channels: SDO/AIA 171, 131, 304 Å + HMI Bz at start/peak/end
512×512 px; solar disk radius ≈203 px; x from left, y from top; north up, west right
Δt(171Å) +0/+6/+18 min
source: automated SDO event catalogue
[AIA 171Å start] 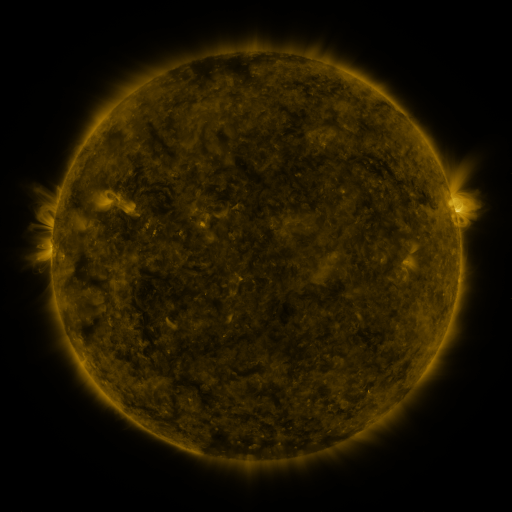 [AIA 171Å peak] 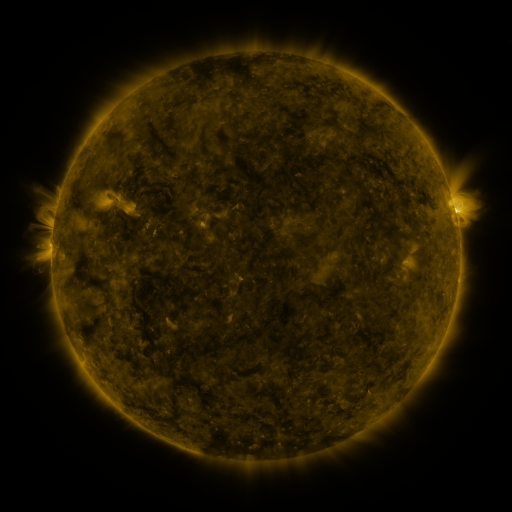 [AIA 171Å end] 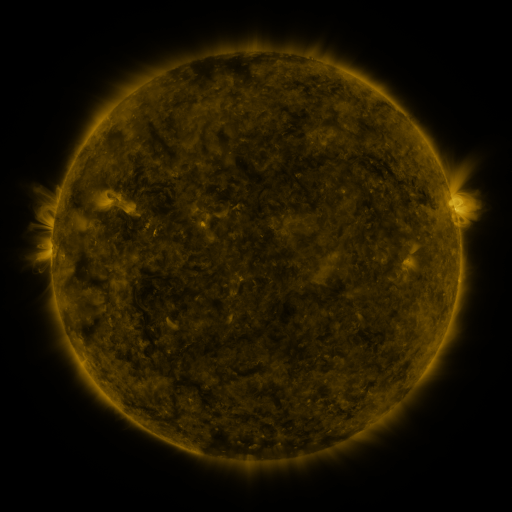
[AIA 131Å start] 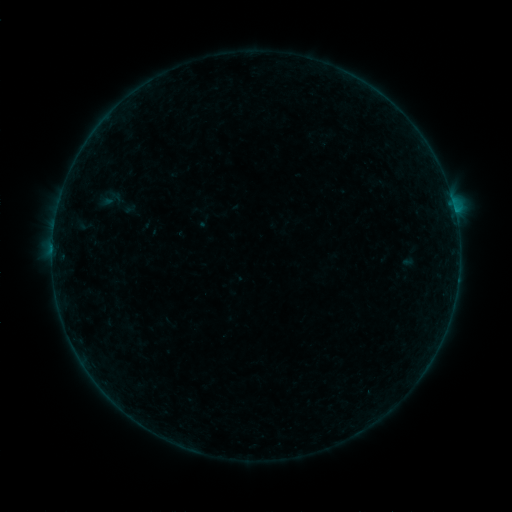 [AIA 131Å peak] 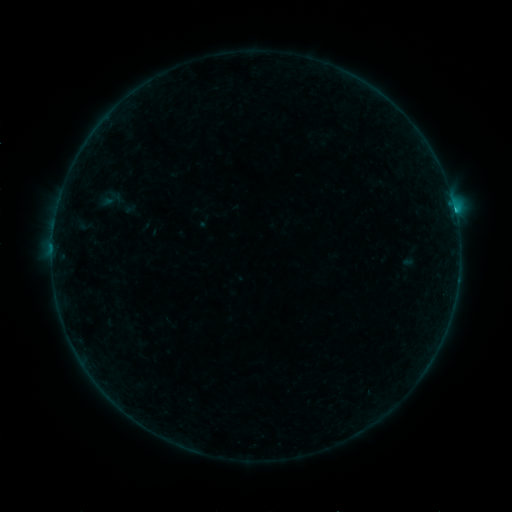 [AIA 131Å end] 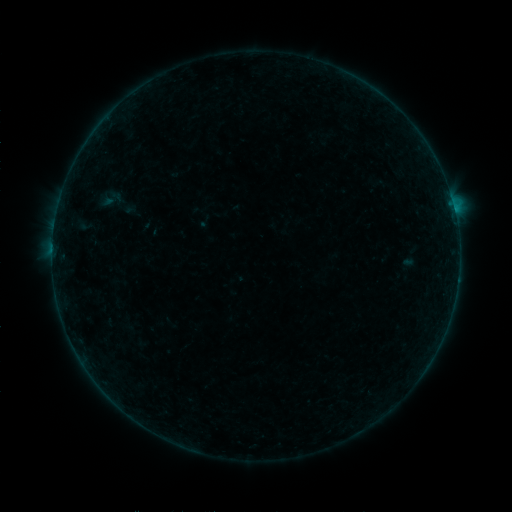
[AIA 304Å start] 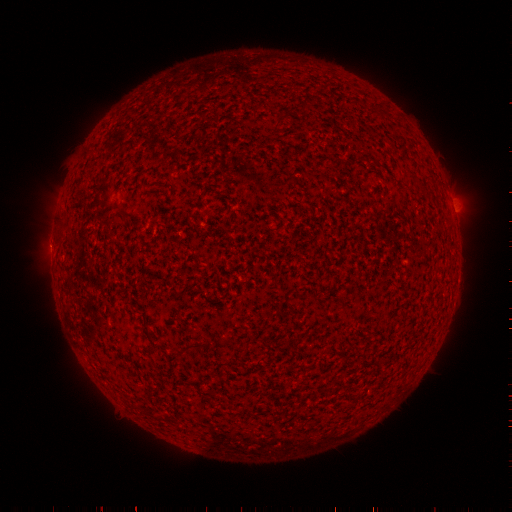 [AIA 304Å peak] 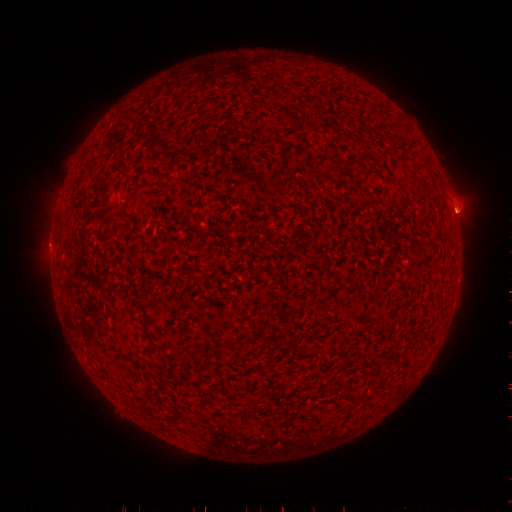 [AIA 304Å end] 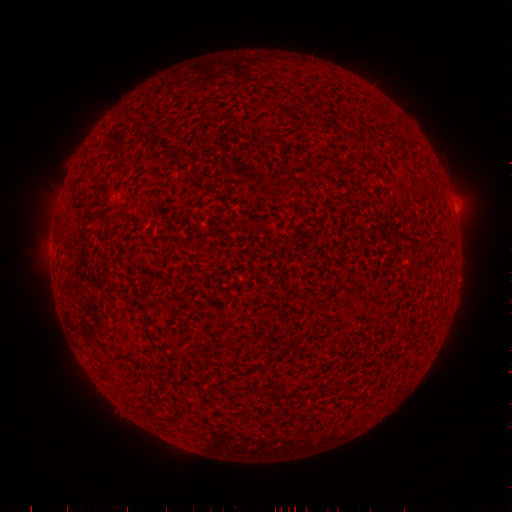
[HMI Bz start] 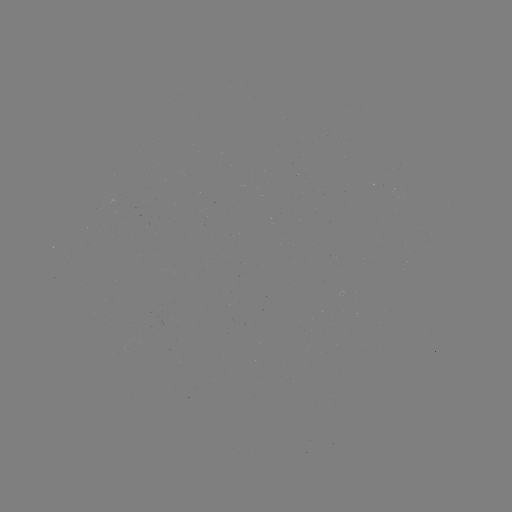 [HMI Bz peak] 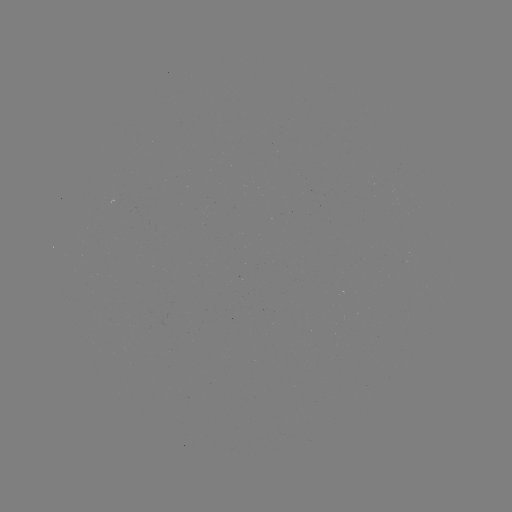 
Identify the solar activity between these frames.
B5.0 flare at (454, 213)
